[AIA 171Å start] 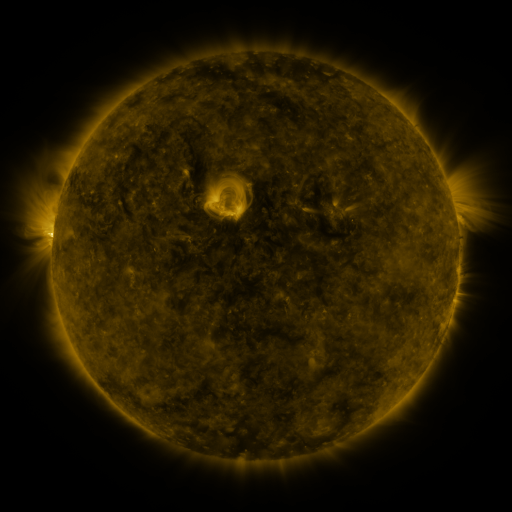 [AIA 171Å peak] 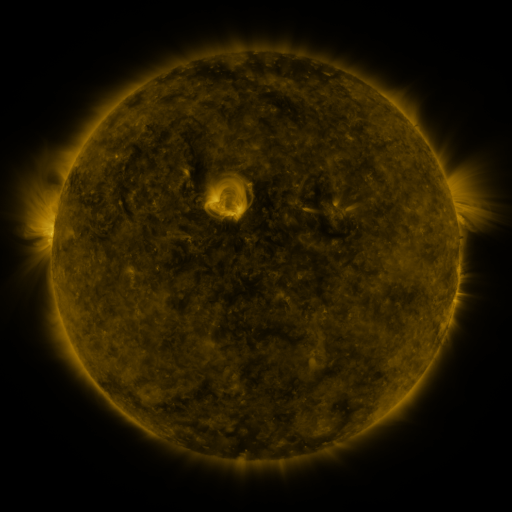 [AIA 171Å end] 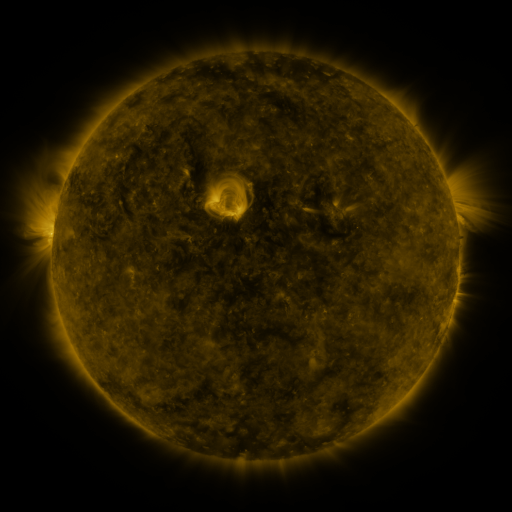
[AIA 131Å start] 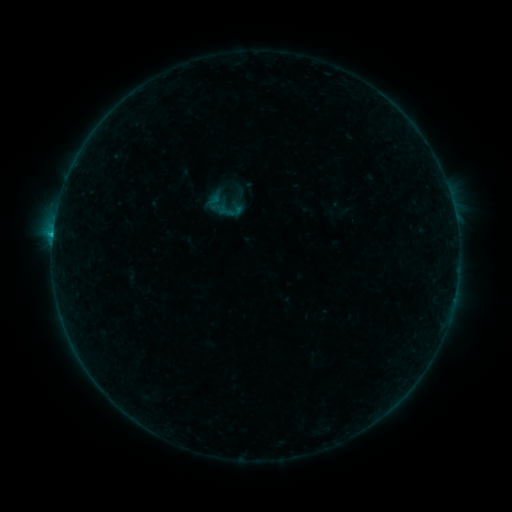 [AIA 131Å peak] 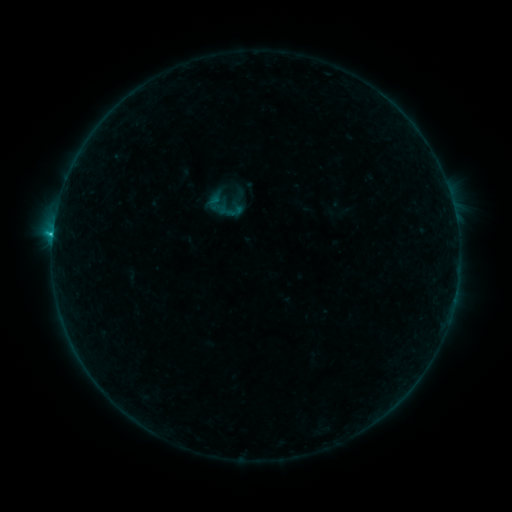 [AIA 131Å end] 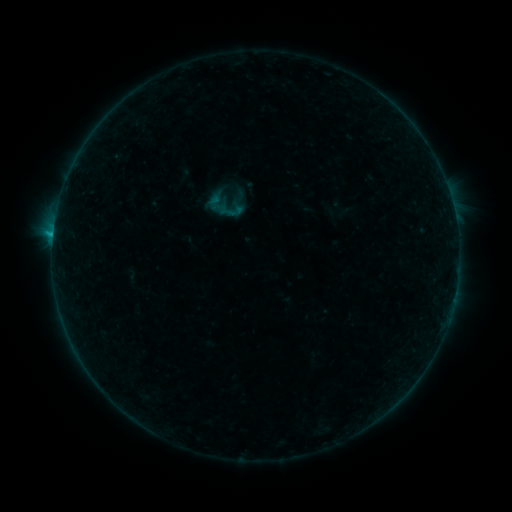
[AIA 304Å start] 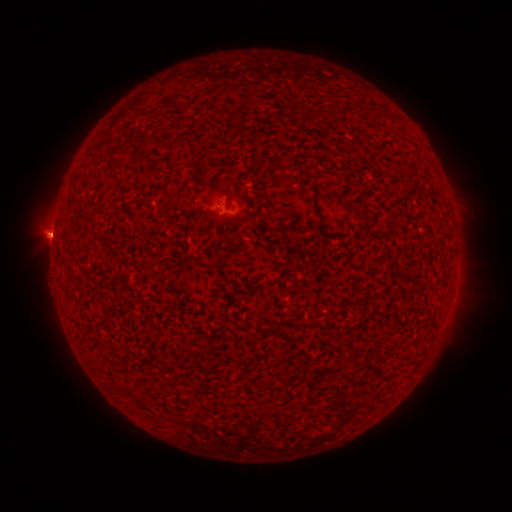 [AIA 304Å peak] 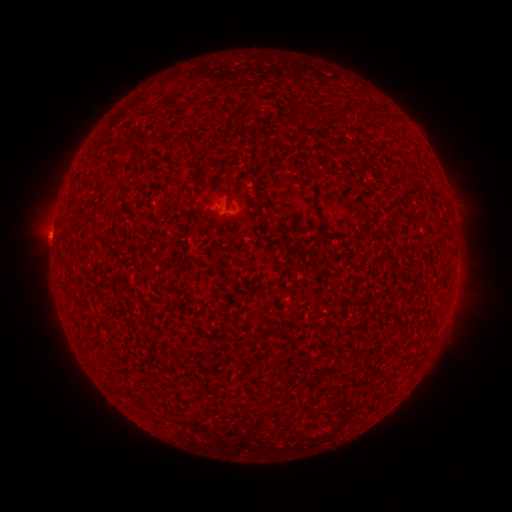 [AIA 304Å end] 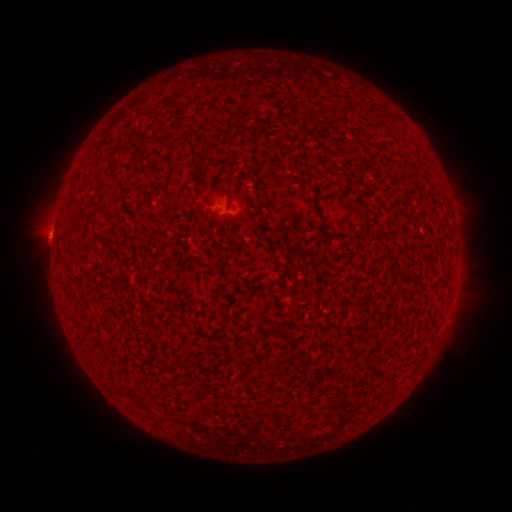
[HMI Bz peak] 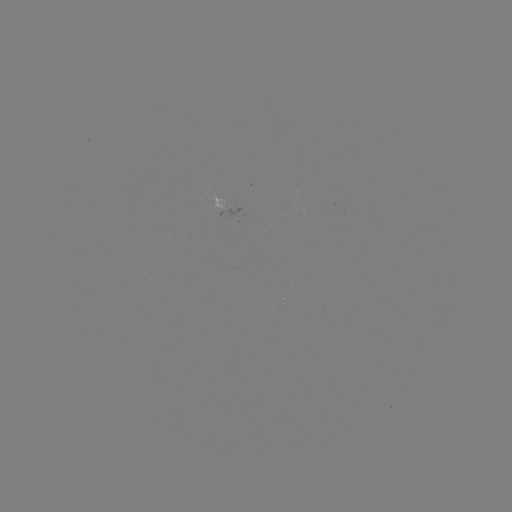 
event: flare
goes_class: B6.4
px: (53, 238)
